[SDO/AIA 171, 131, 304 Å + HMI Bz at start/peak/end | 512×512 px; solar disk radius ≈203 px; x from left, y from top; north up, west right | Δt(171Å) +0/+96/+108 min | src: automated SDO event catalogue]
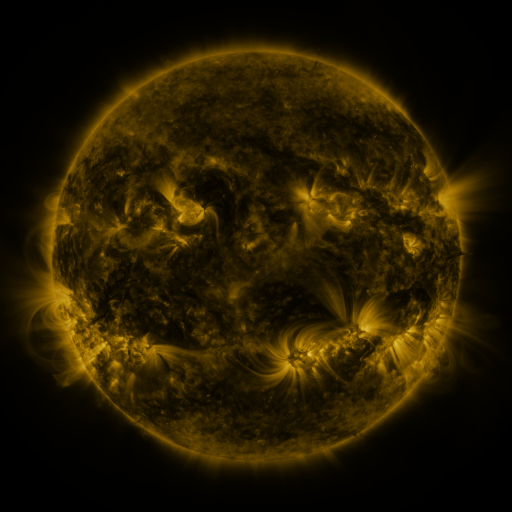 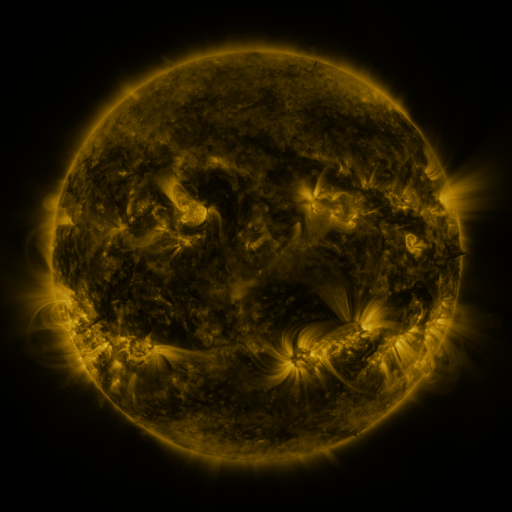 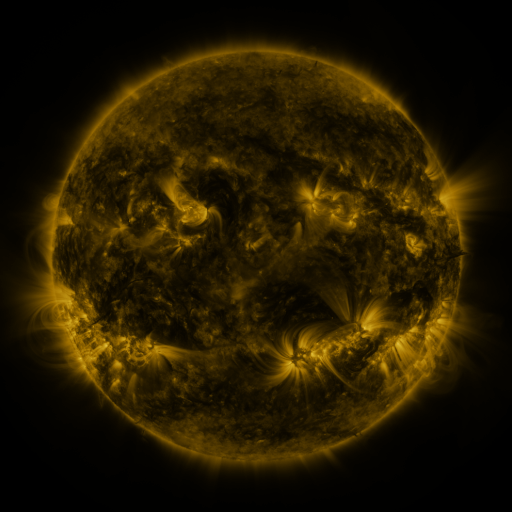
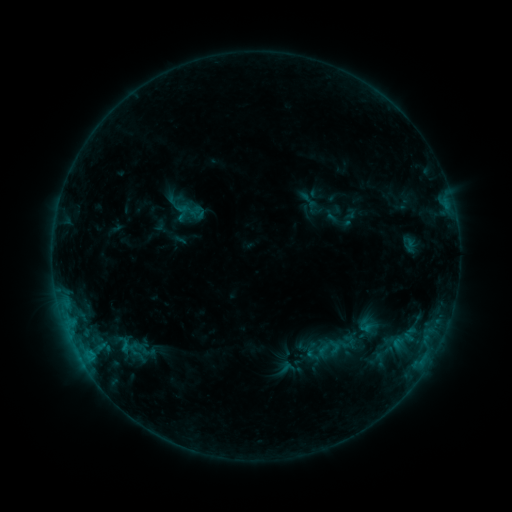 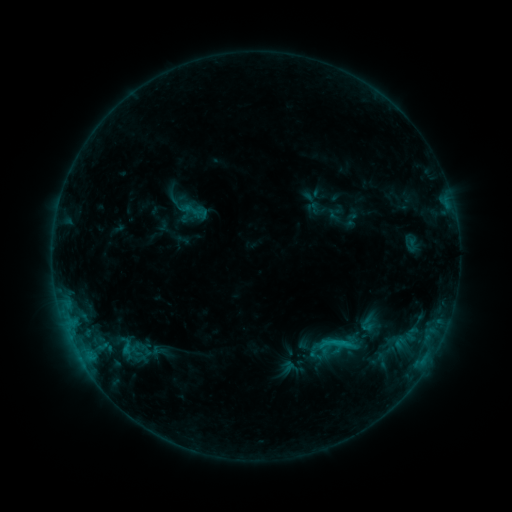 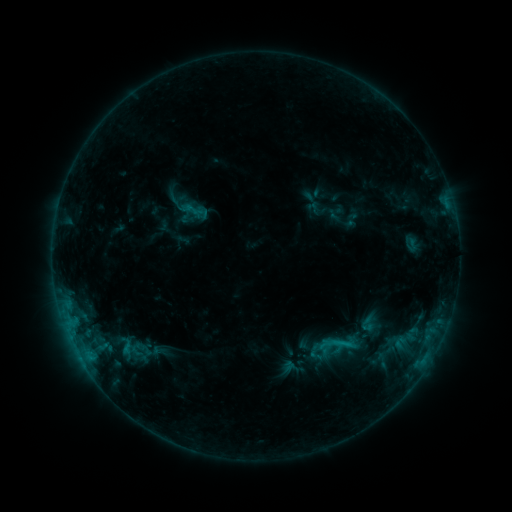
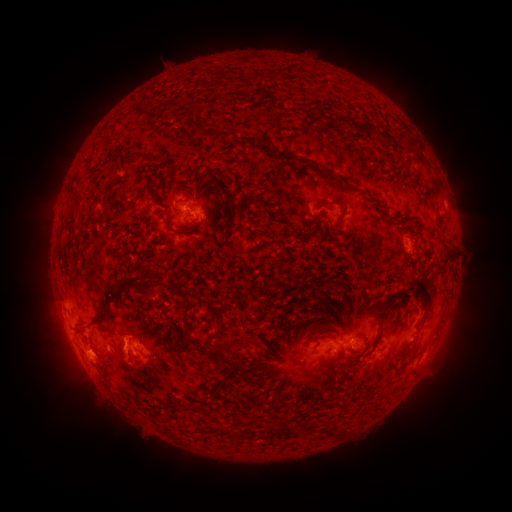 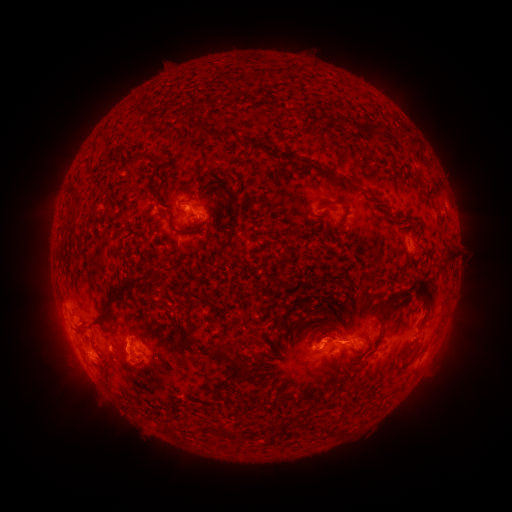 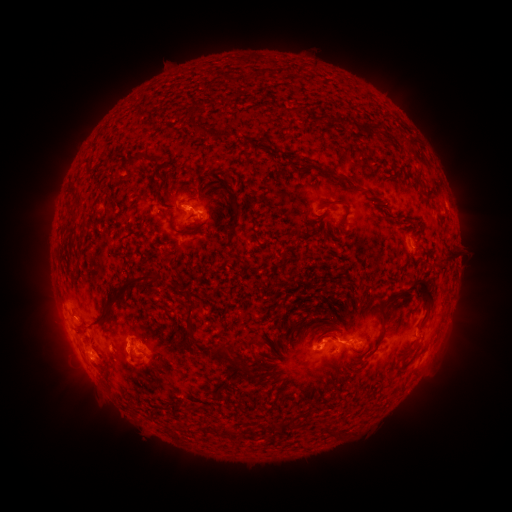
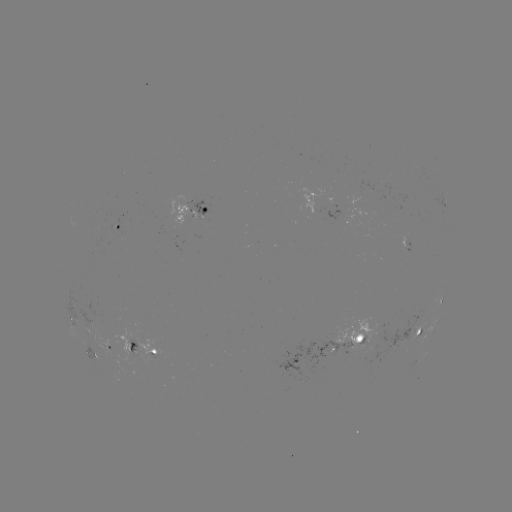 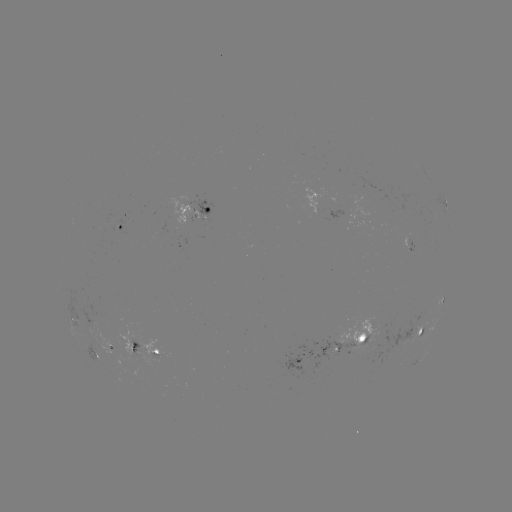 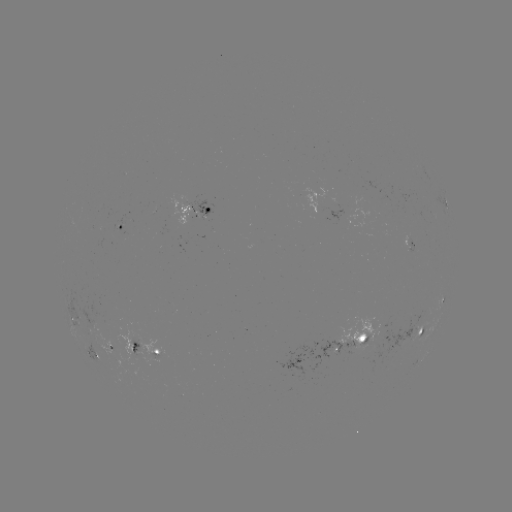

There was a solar emerging-flux region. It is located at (95, 323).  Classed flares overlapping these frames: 1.